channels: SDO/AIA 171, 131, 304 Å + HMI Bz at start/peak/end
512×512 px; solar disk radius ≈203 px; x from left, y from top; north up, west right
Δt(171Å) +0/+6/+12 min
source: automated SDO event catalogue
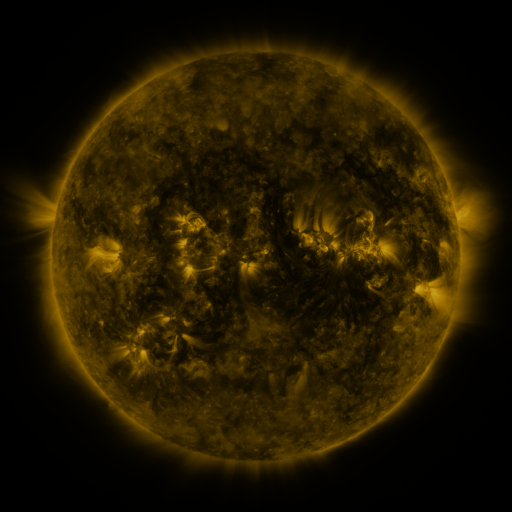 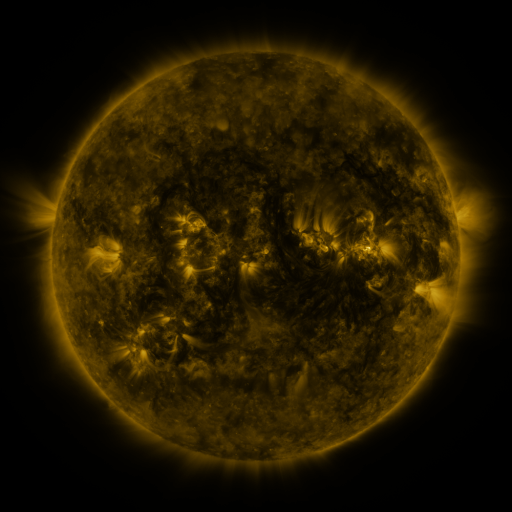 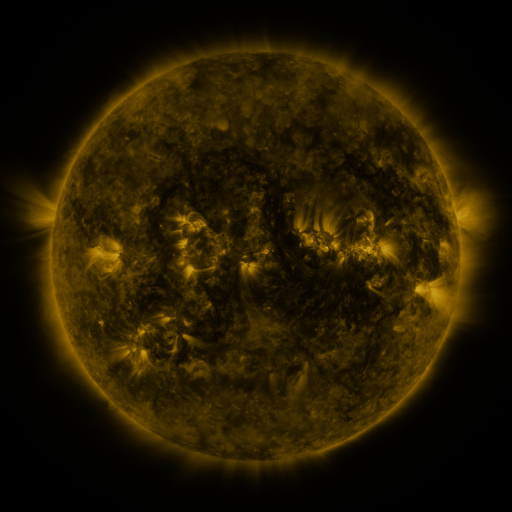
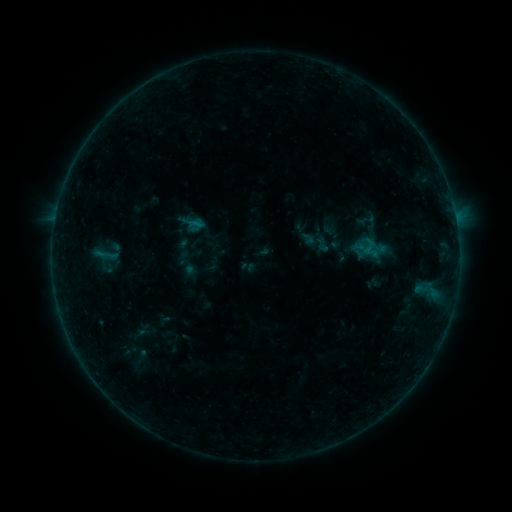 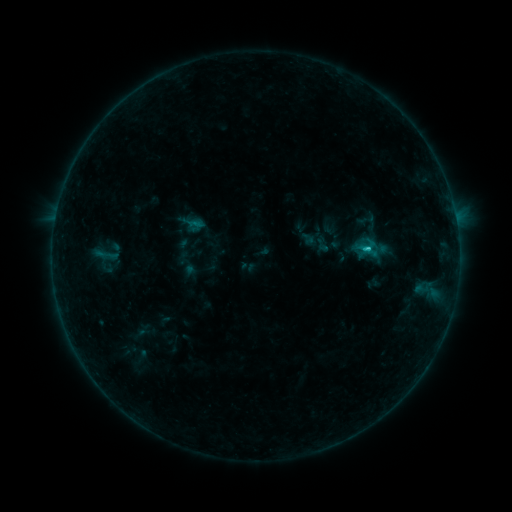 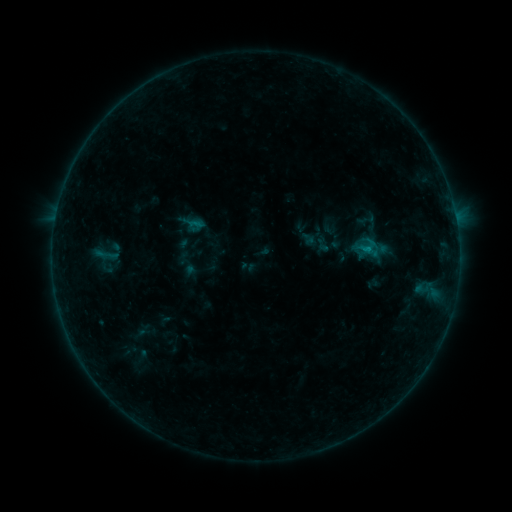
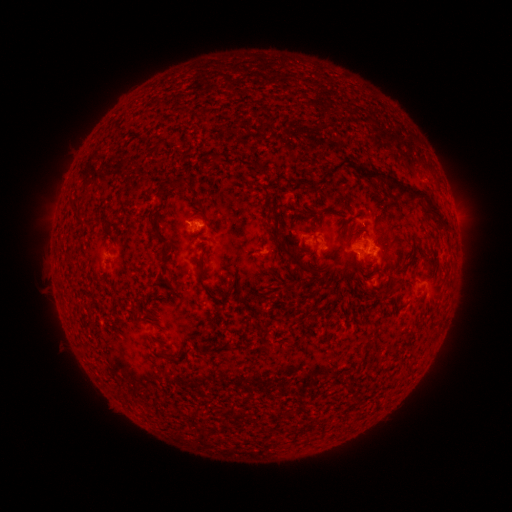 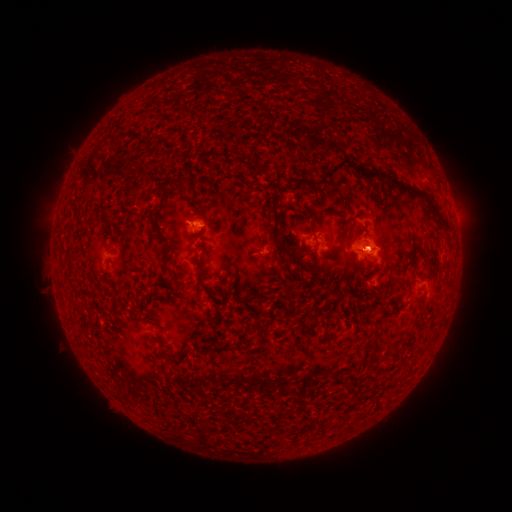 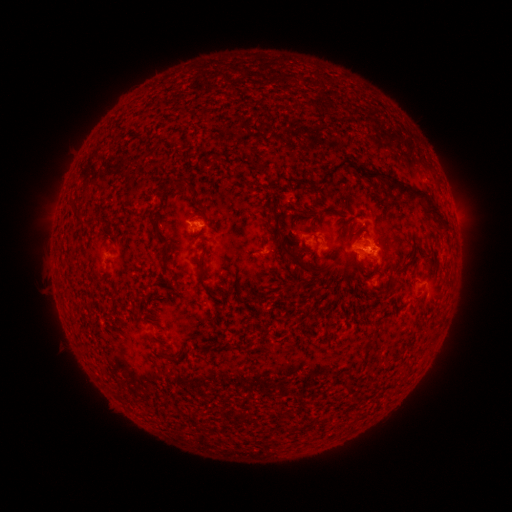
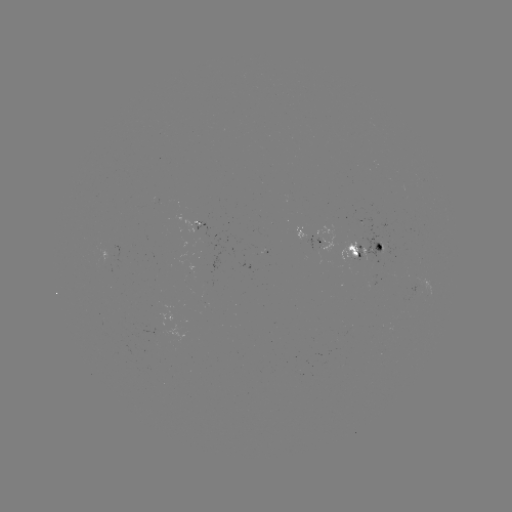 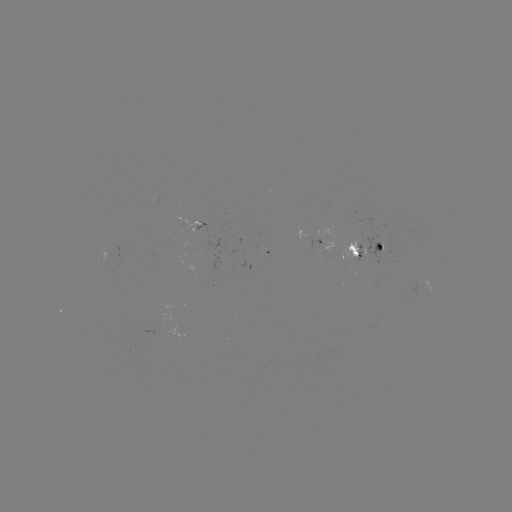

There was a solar flare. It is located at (366, 252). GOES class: B8.2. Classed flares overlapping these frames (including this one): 1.